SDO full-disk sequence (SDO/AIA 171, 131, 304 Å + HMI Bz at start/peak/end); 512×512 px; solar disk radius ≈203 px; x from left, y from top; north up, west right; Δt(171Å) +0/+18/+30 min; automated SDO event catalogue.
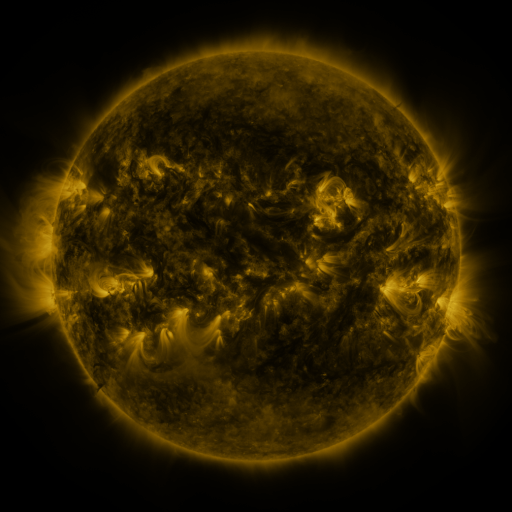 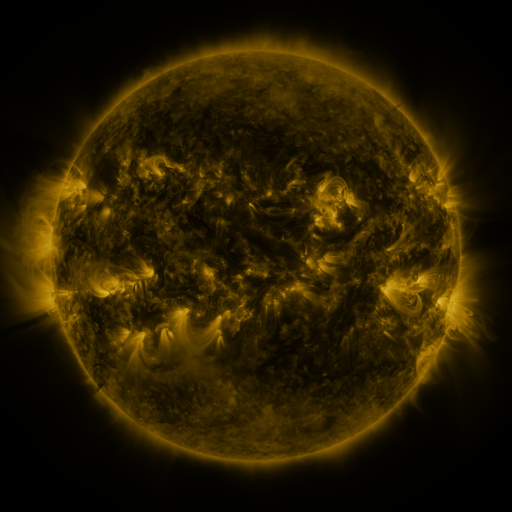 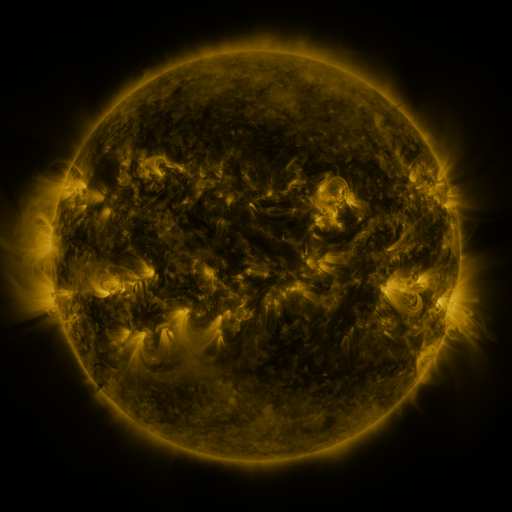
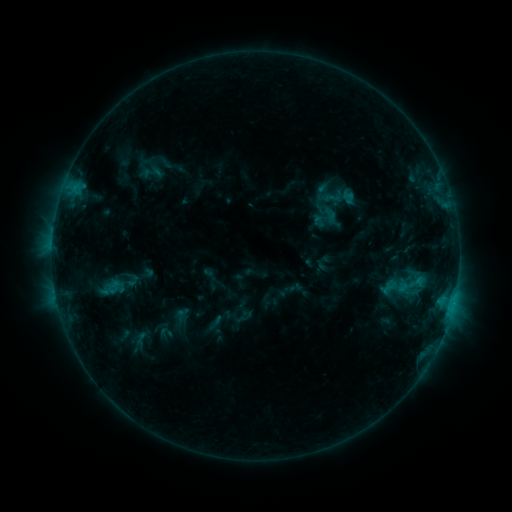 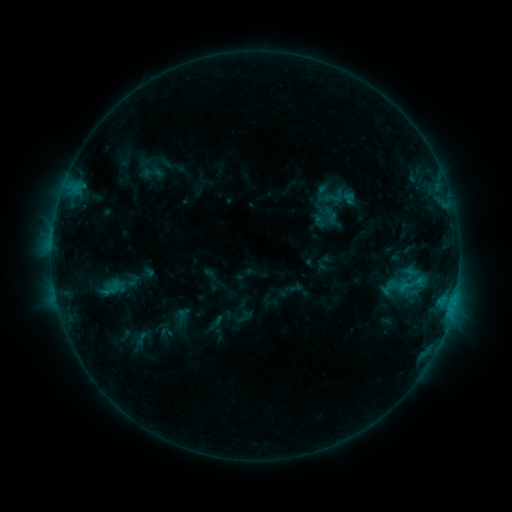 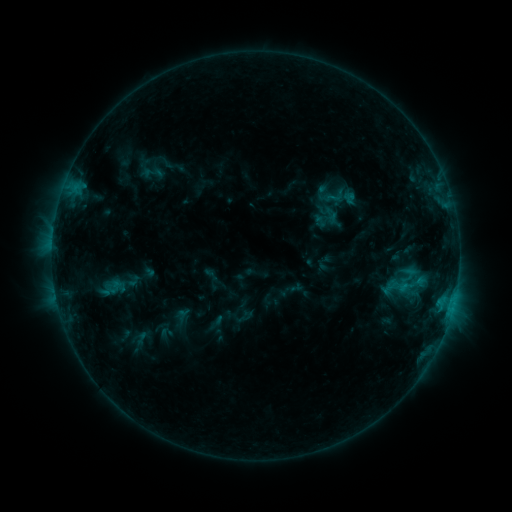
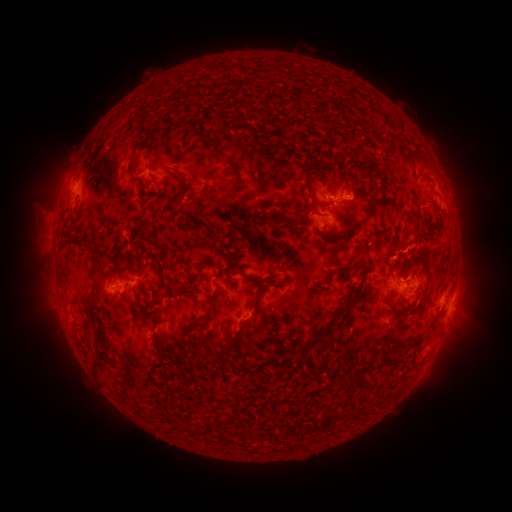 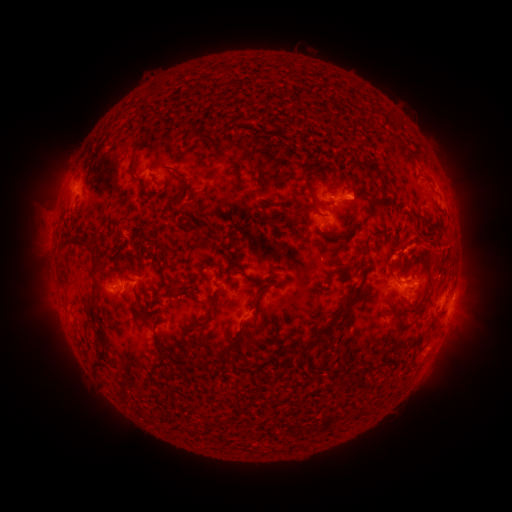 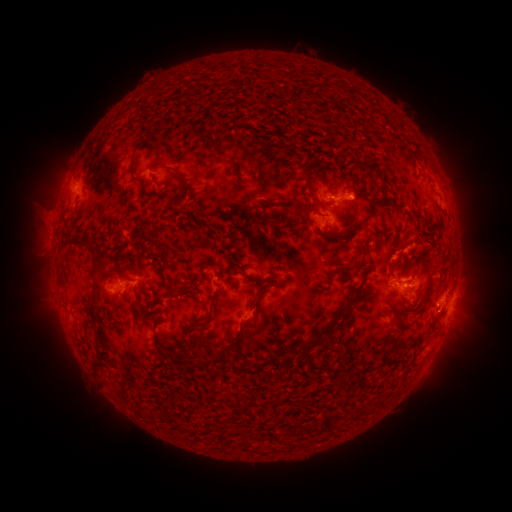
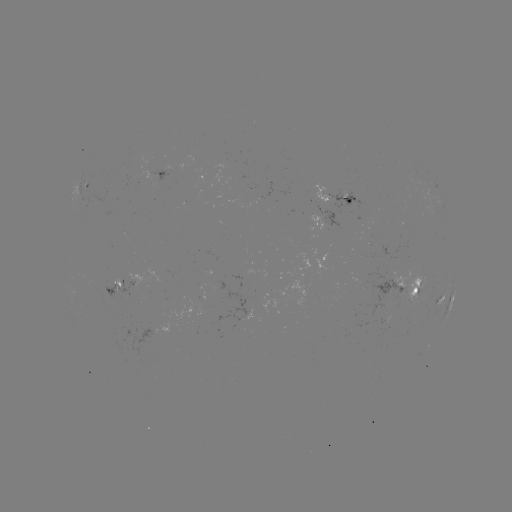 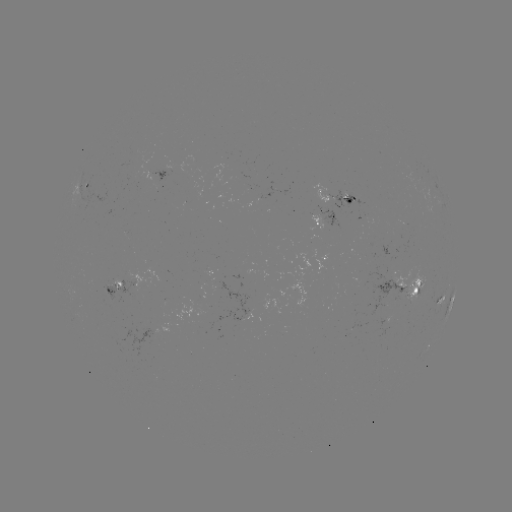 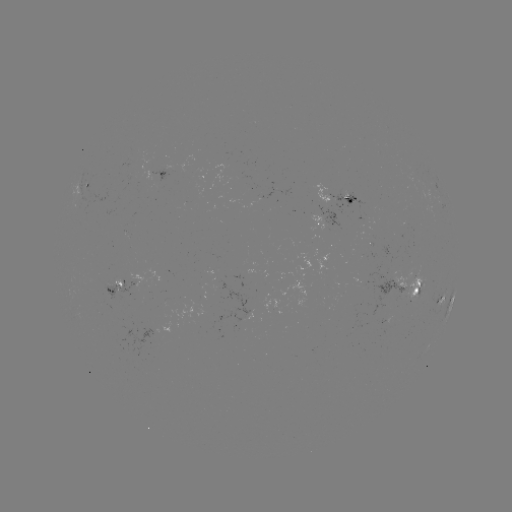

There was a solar eruption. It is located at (440, 253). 